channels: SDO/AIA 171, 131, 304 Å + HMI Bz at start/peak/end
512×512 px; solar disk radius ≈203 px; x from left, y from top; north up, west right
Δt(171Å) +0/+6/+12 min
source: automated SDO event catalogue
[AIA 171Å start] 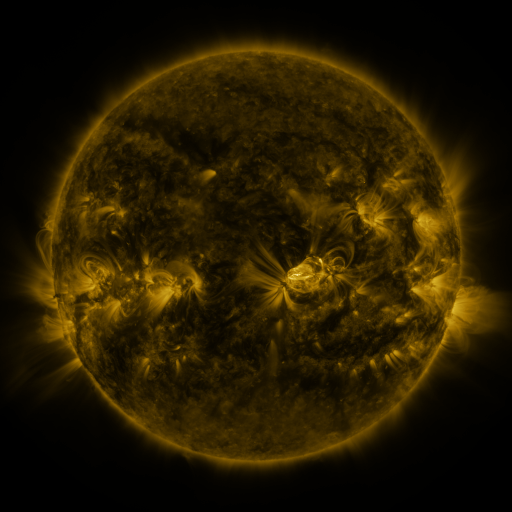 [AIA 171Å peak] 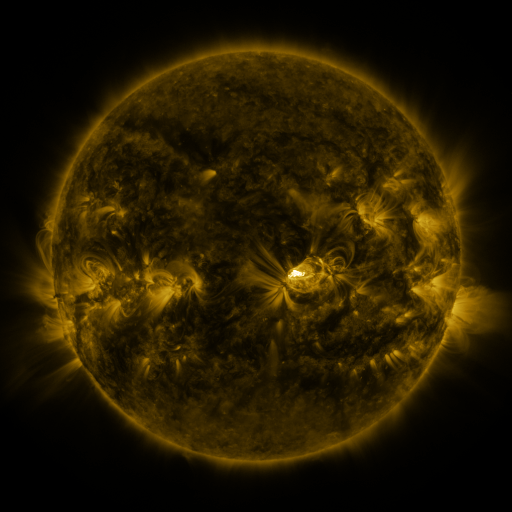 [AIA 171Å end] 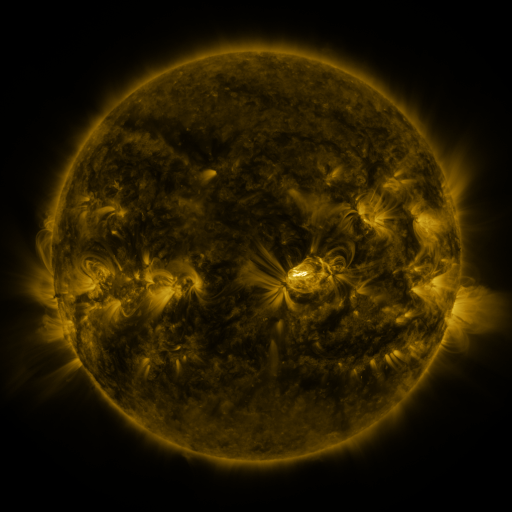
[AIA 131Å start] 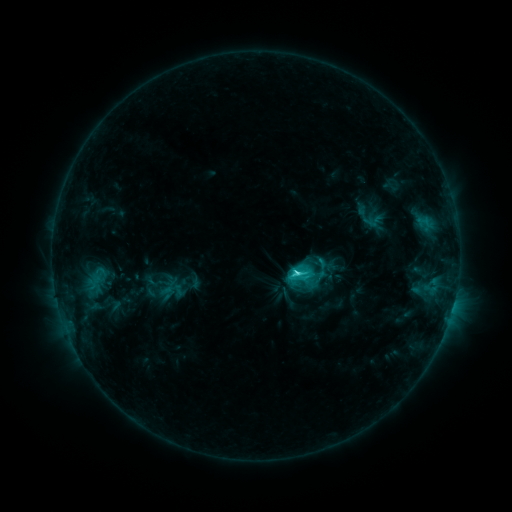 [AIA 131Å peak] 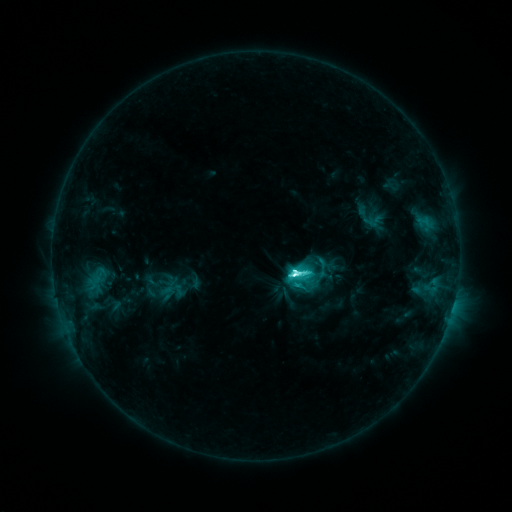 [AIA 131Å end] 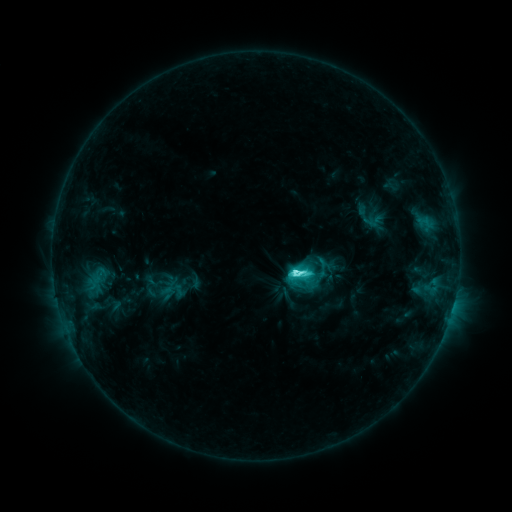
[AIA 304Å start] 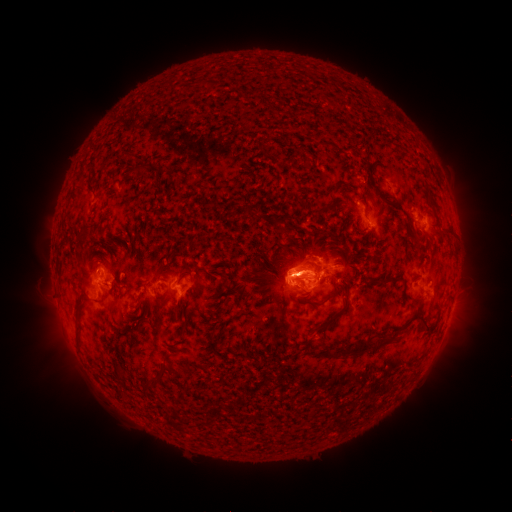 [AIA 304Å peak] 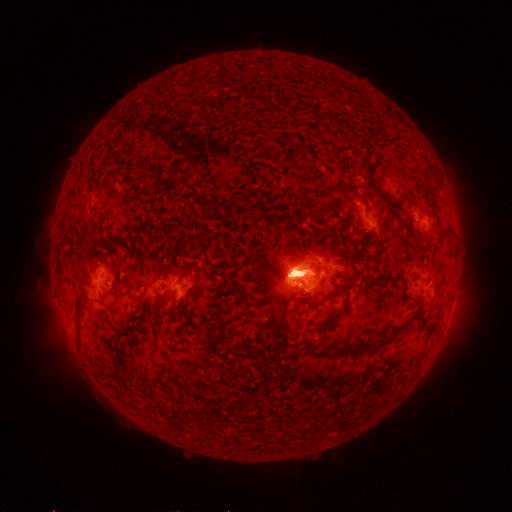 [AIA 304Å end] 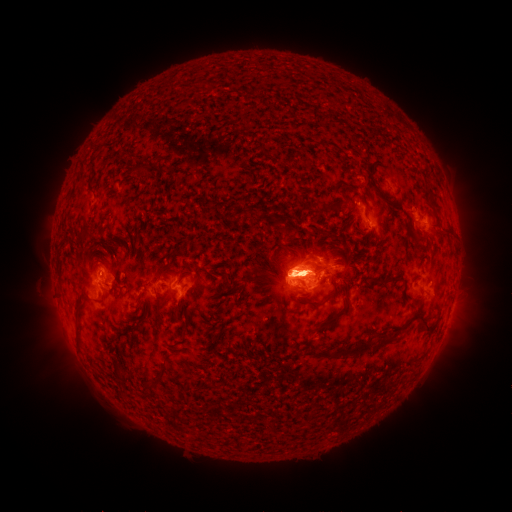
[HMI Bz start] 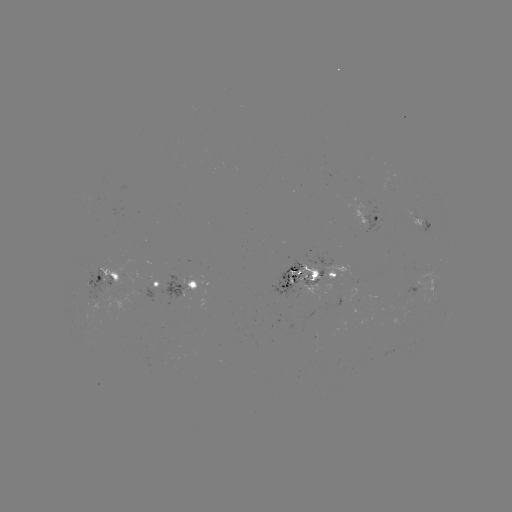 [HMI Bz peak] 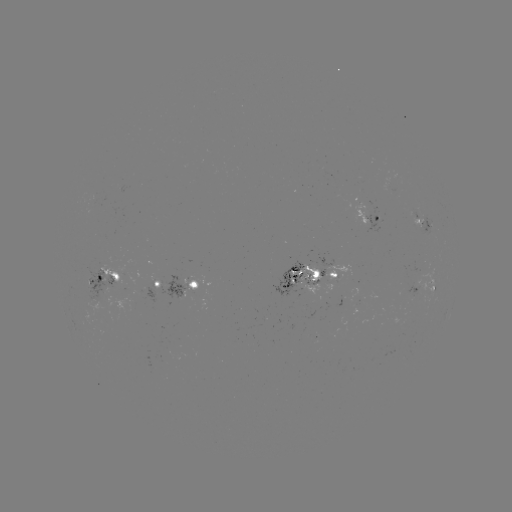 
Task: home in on eruption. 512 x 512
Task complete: [301, 209].